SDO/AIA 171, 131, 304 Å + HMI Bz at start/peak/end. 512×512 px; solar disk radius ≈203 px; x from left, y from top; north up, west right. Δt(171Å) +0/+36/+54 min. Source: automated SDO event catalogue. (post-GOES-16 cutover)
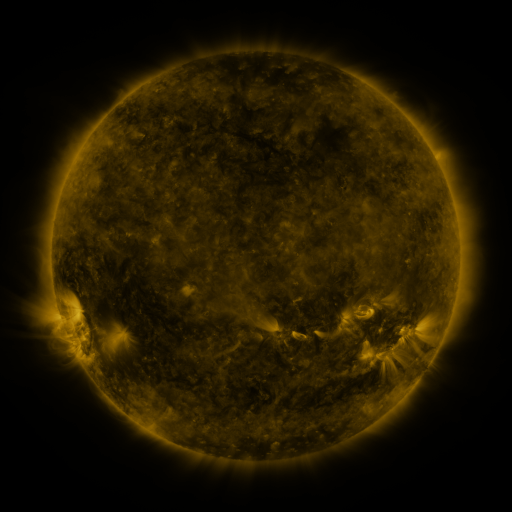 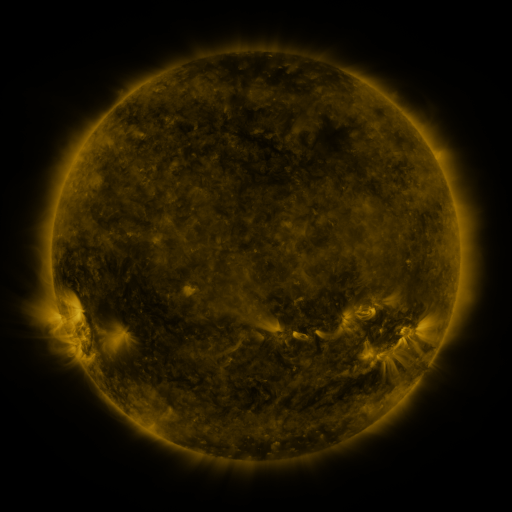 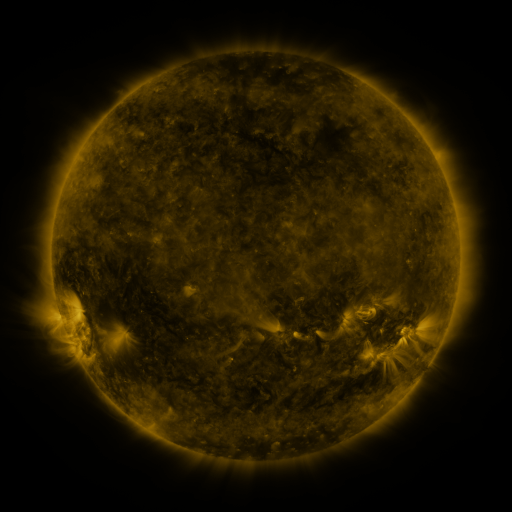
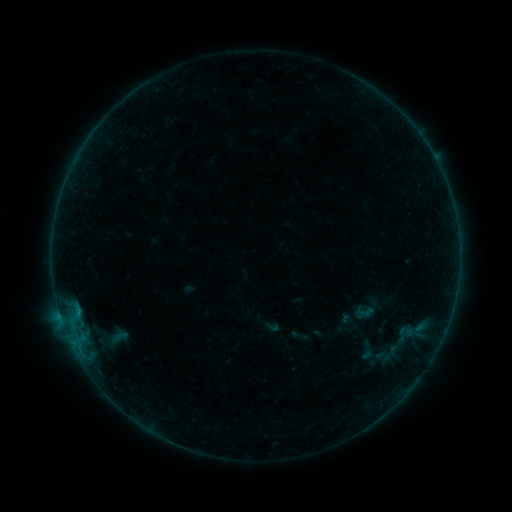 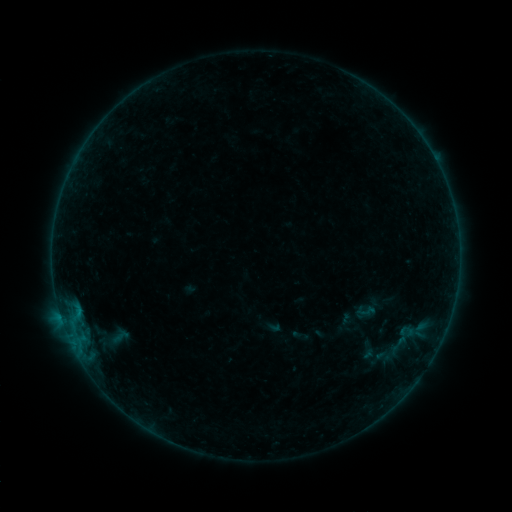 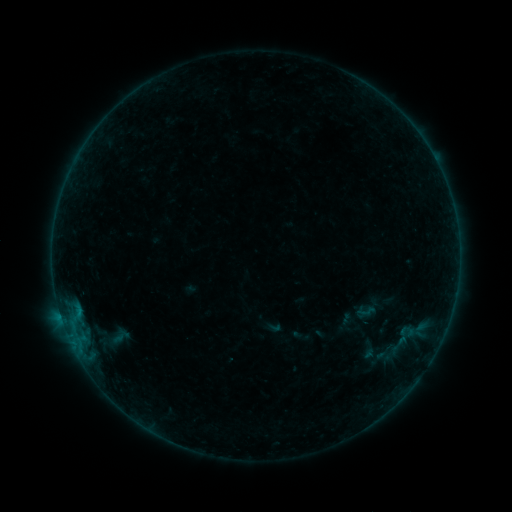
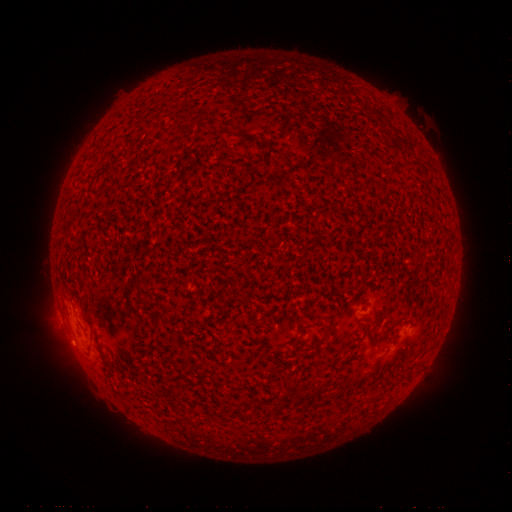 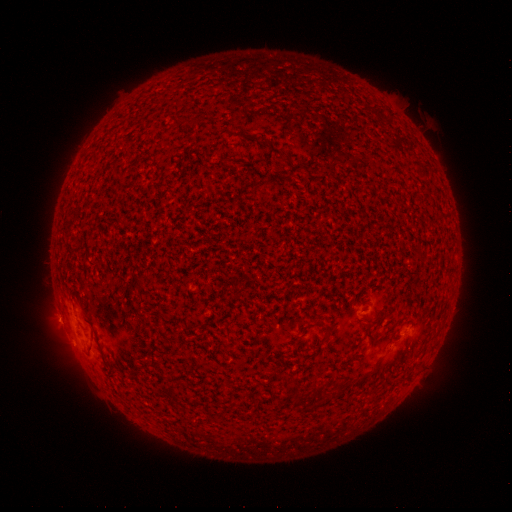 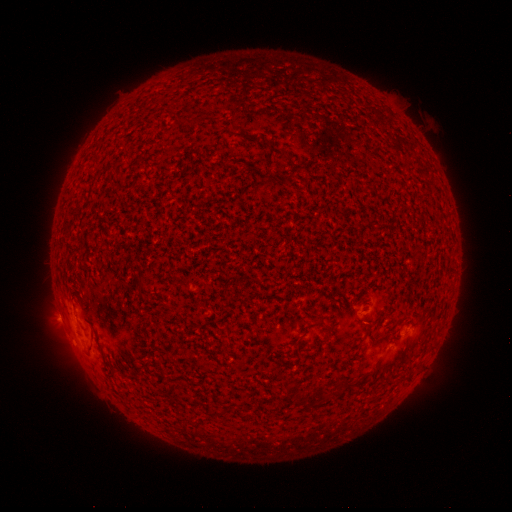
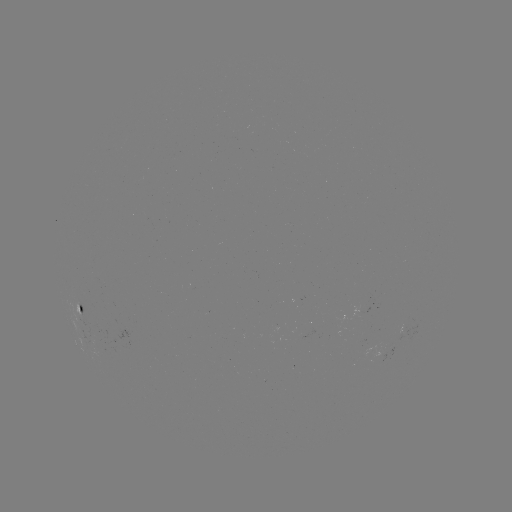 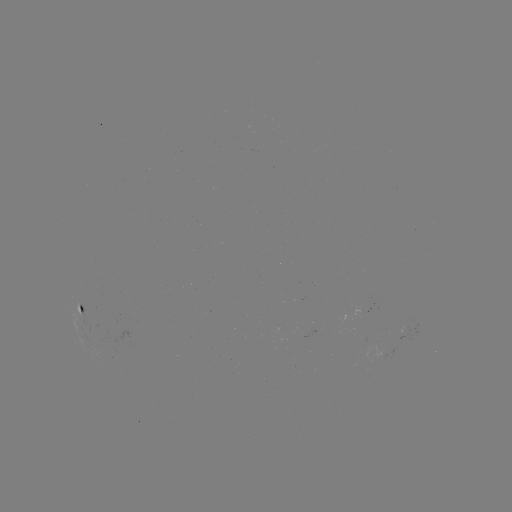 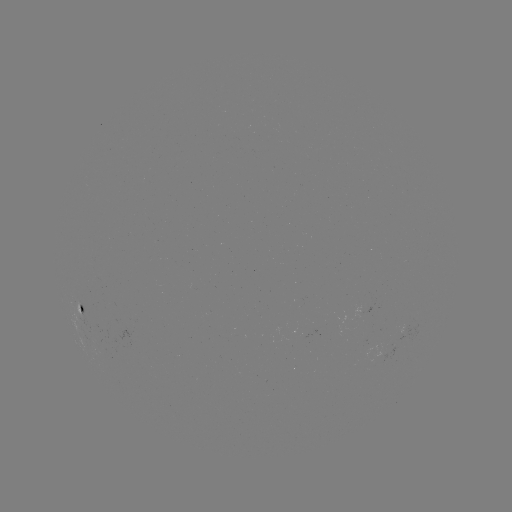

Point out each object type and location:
B1.0 flare: (62, 318)
